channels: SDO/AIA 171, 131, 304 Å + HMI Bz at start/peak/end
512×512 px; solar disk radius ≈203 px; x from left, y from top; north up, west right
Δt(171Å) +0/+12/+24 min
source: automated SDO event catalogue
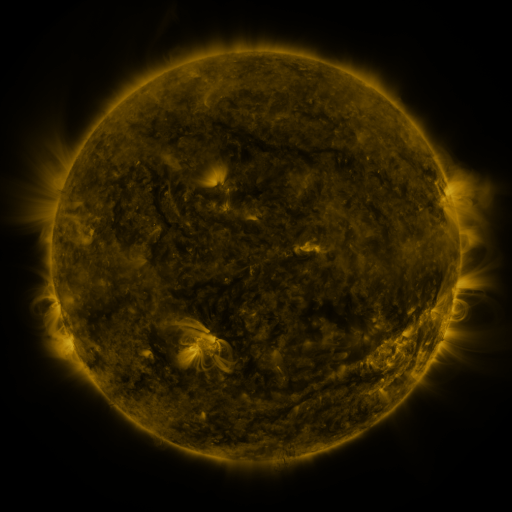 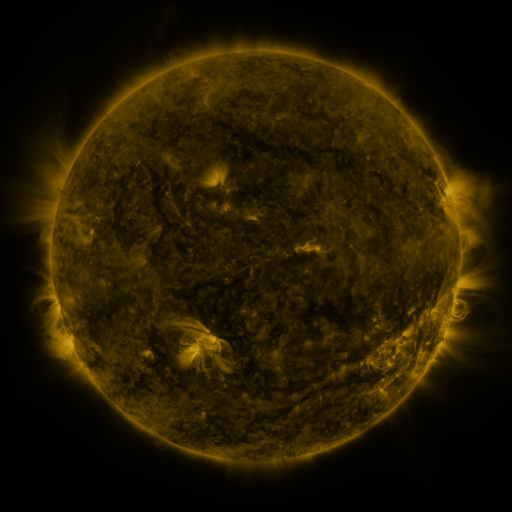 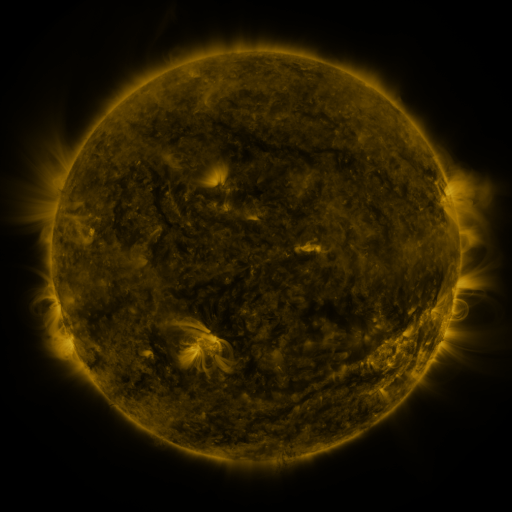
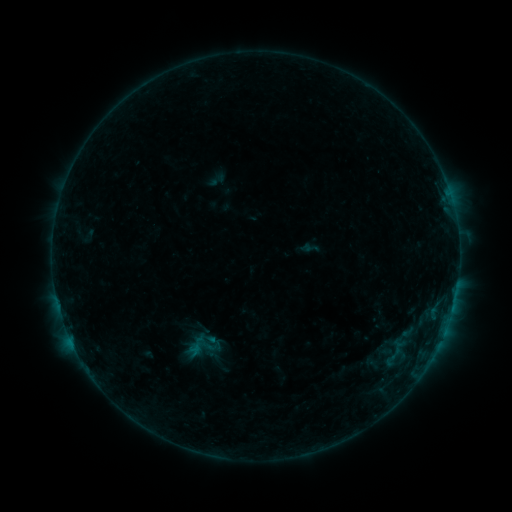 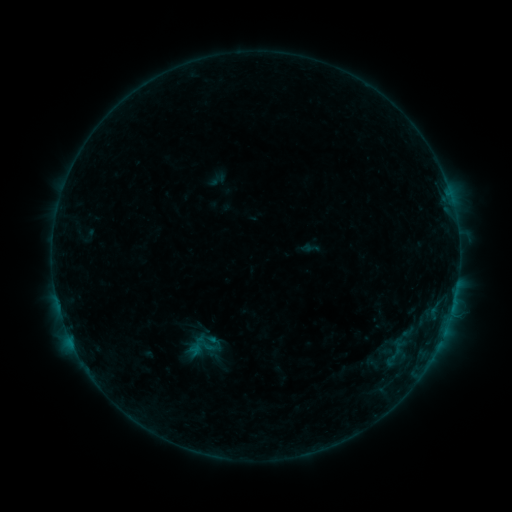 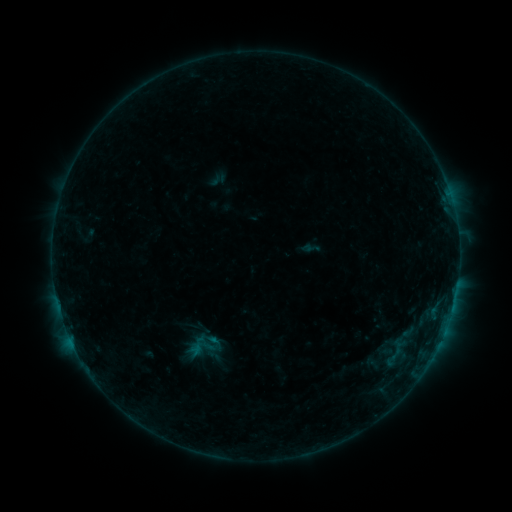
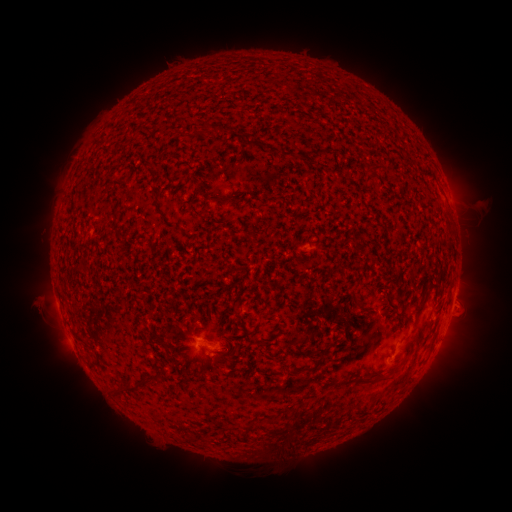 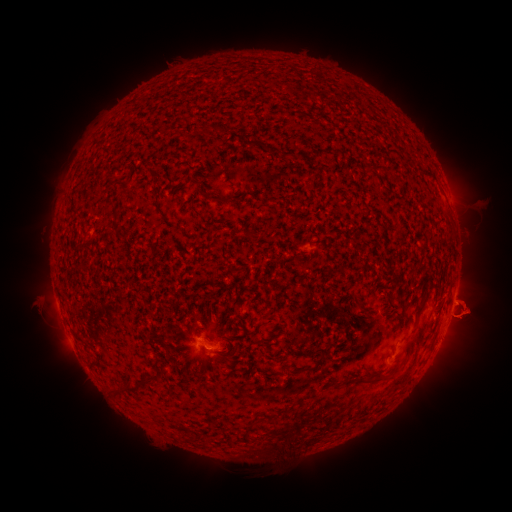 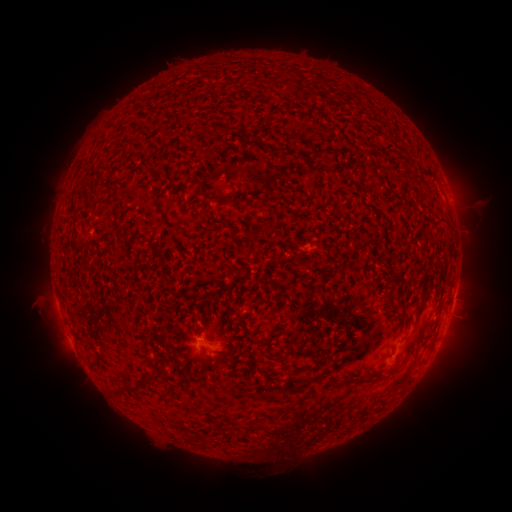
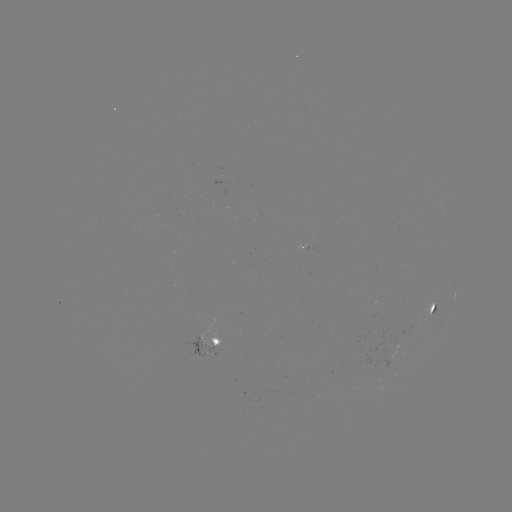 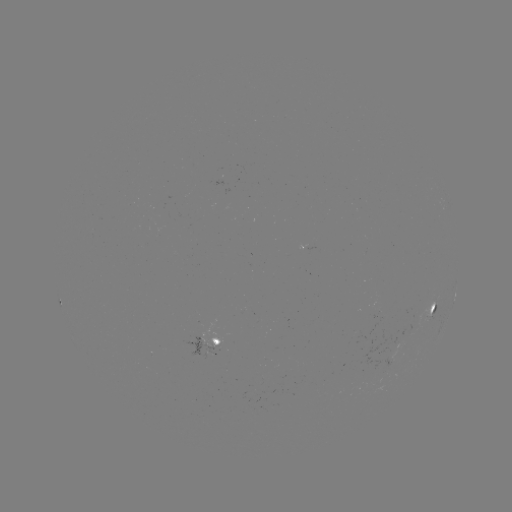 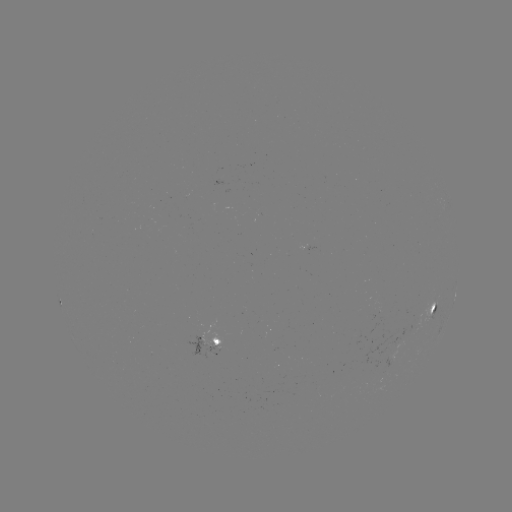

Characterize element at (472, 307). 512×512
eruption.